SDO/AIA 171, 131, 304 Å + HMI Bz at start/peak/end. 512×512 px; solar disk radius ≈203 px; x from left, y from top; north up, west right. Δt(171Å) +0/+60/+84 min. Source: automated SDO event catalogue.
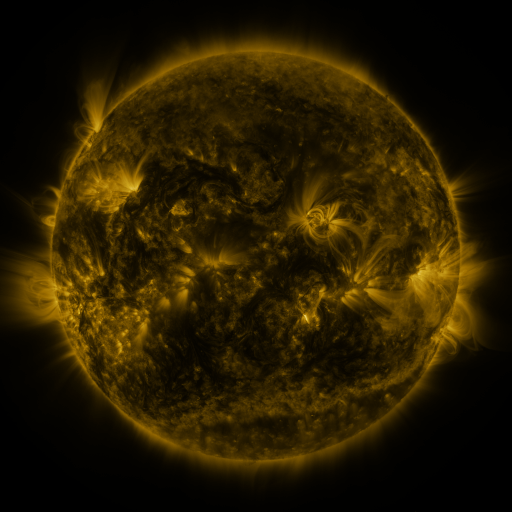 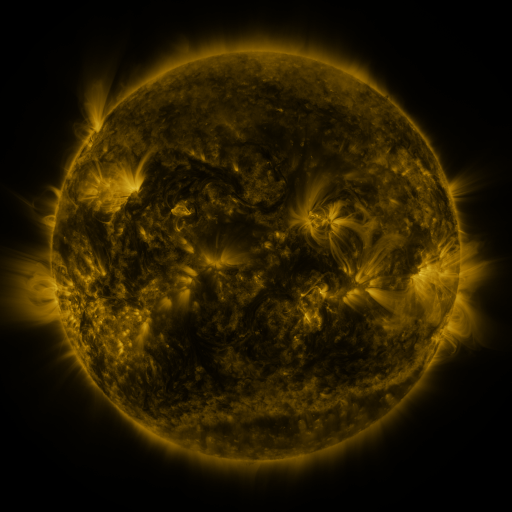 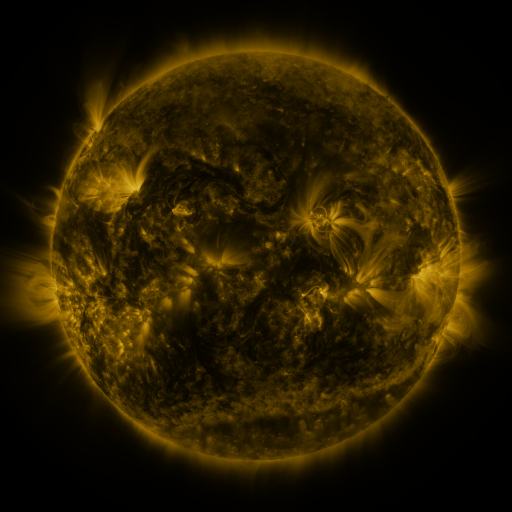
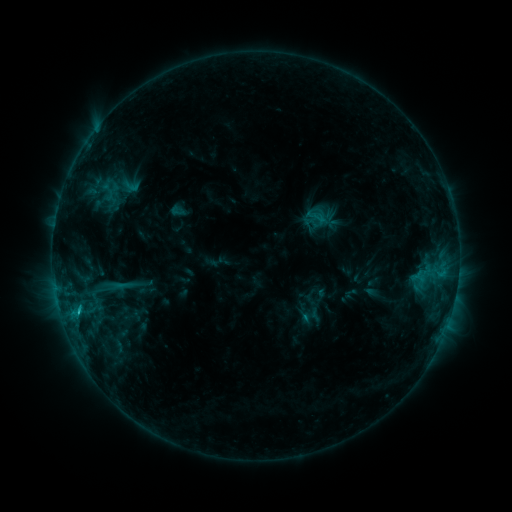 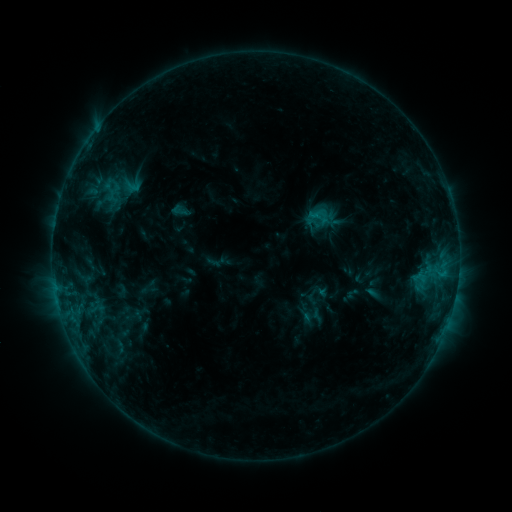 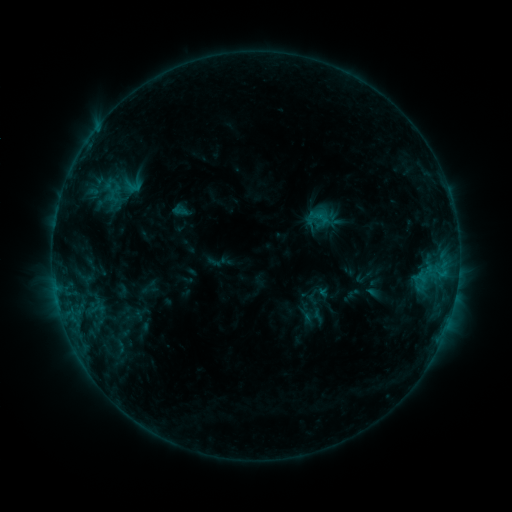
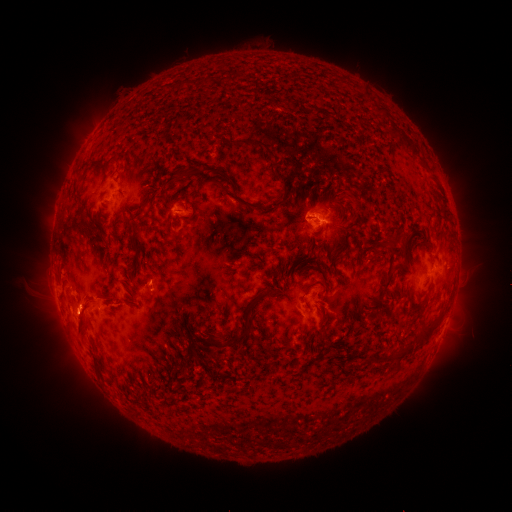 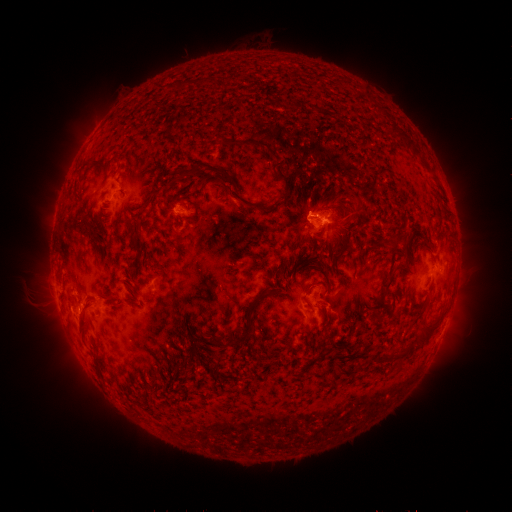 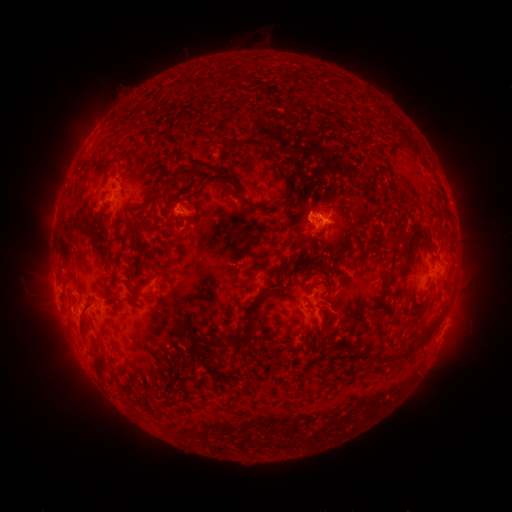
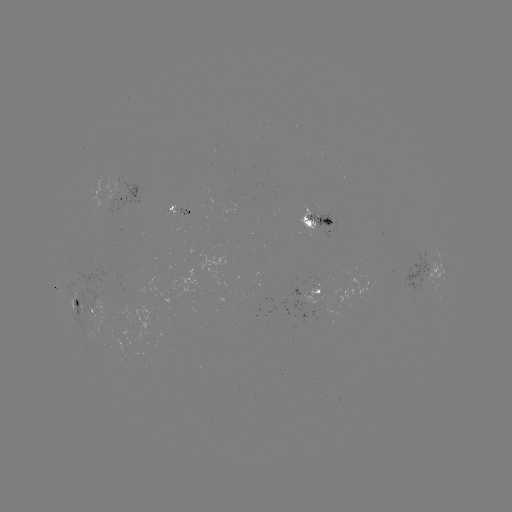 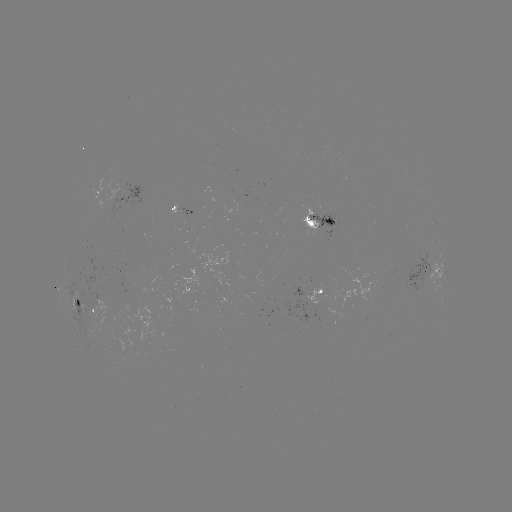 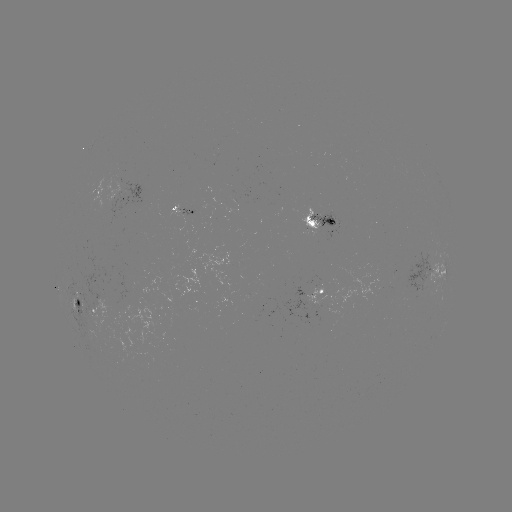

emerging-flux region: <bbox>304, 277, 325, 306</bbox>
